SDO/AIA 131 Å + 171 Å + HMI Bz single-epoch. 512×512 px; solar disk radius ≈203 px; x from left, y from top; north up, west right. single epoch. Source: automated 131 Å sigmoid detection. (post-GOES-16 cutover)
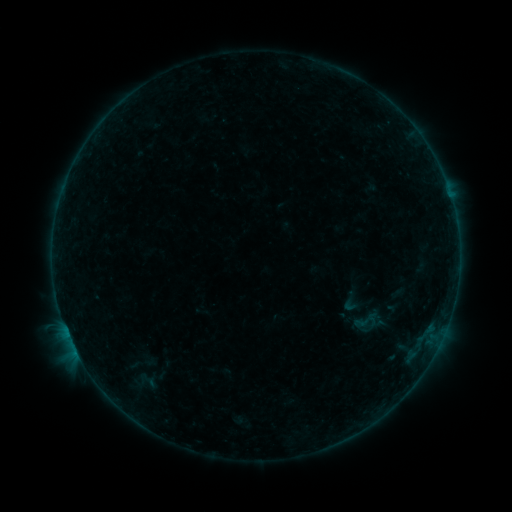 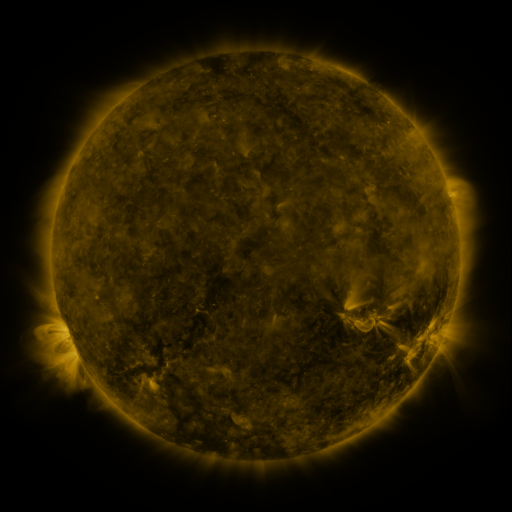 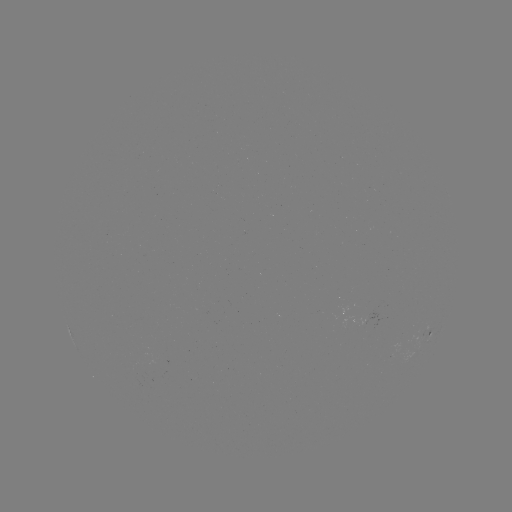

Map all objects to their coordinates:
sigmoid: (351, 302)
sigmoid: (366, 320)
